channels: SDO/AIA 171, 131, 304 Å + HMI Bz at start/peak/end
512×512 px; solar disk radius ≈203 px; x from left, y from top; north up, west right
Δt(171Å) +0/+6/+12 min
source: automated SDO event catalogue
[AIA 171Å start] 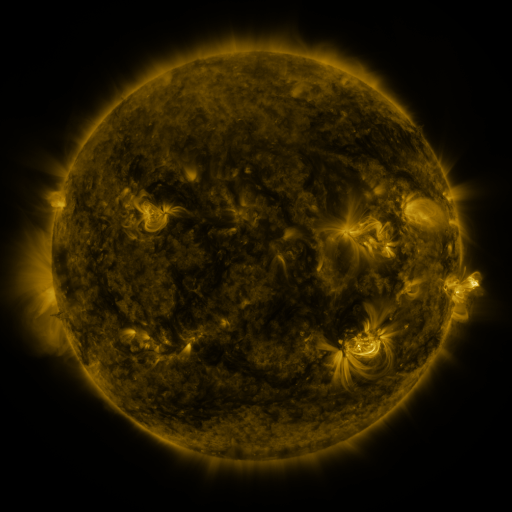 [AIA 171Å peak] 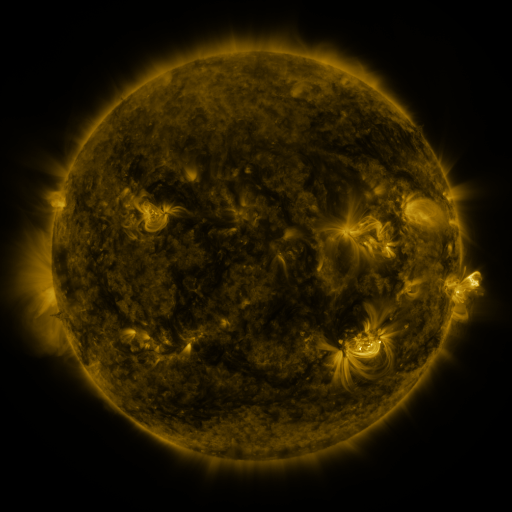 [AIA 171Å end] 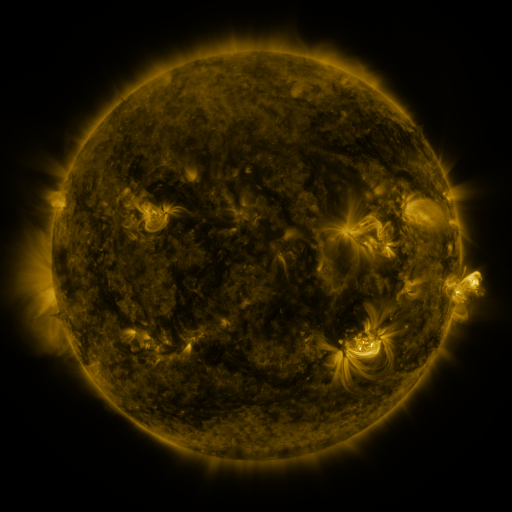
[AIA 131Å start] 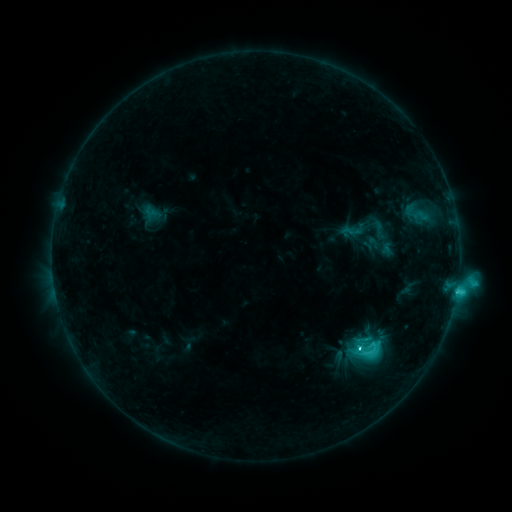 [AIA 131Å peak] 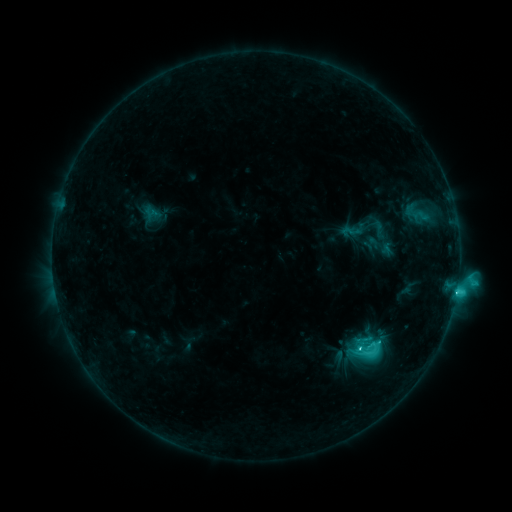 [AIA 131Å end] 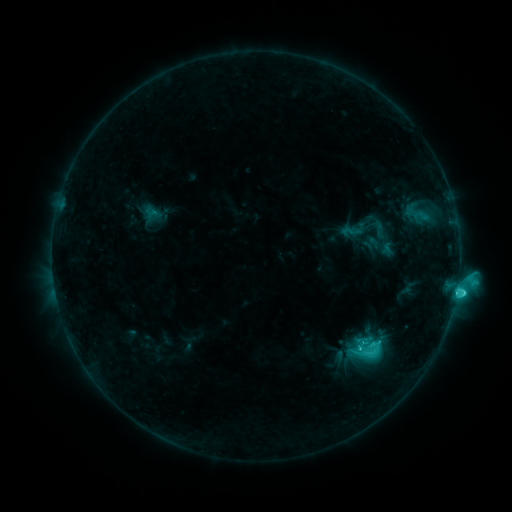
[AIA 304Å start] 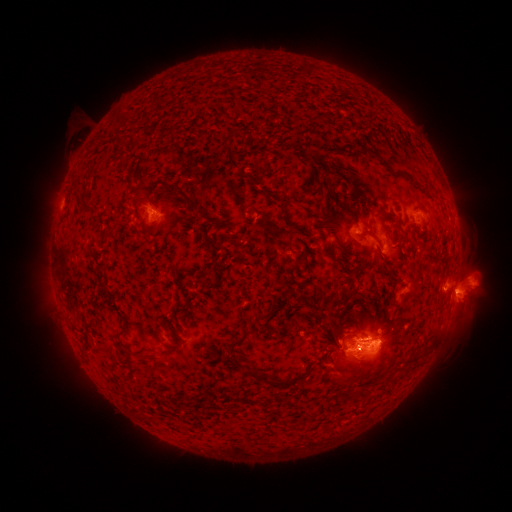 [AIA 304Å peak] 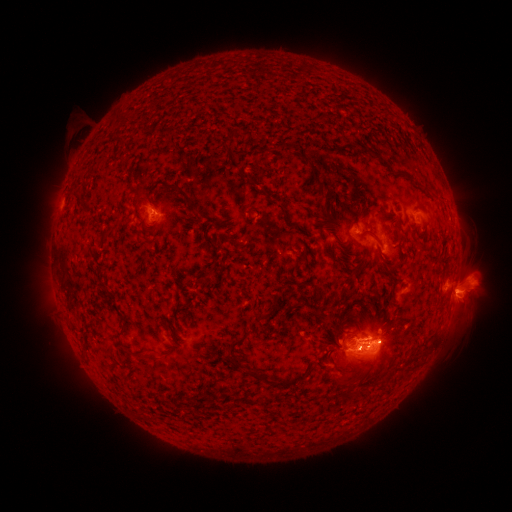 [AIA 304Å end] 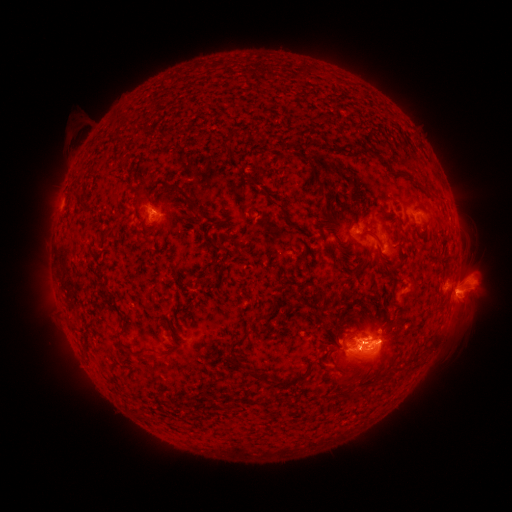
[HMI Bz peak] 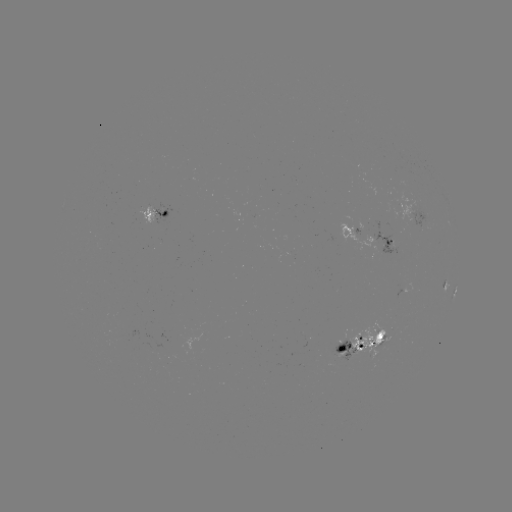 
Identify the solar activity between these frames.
C5.2 flare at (359, 347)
